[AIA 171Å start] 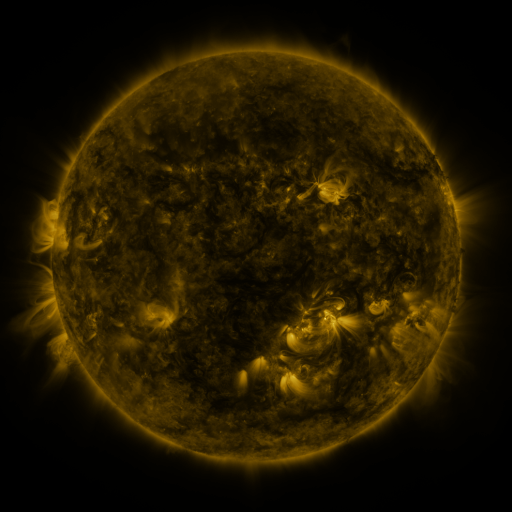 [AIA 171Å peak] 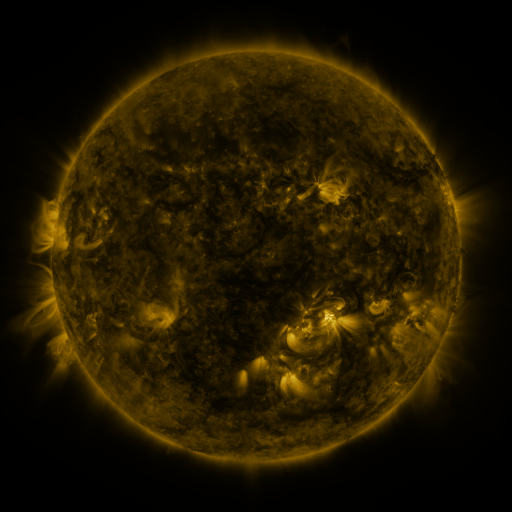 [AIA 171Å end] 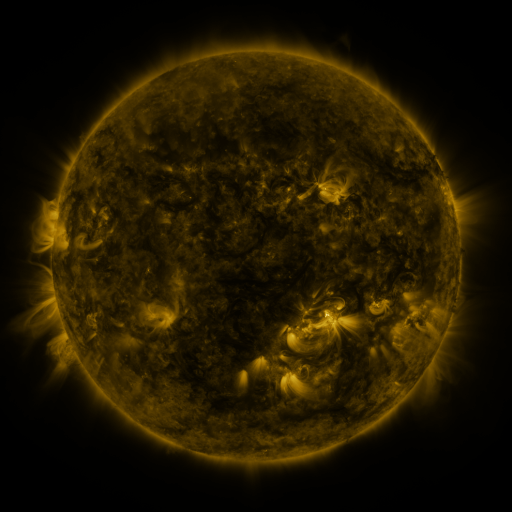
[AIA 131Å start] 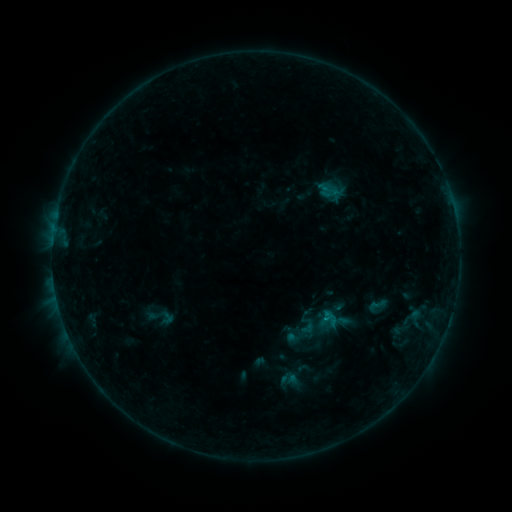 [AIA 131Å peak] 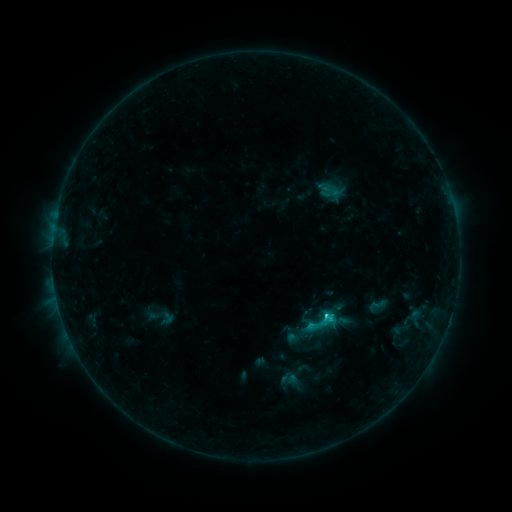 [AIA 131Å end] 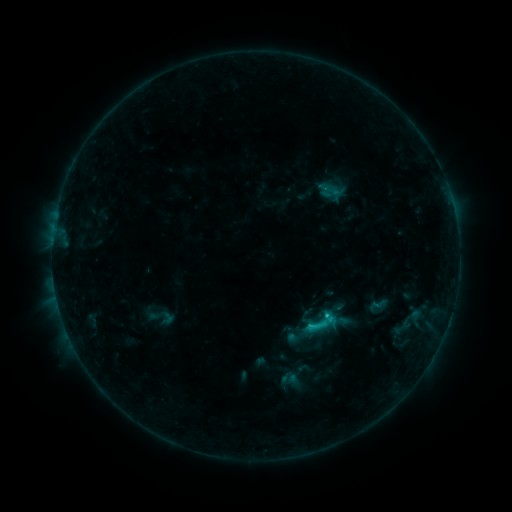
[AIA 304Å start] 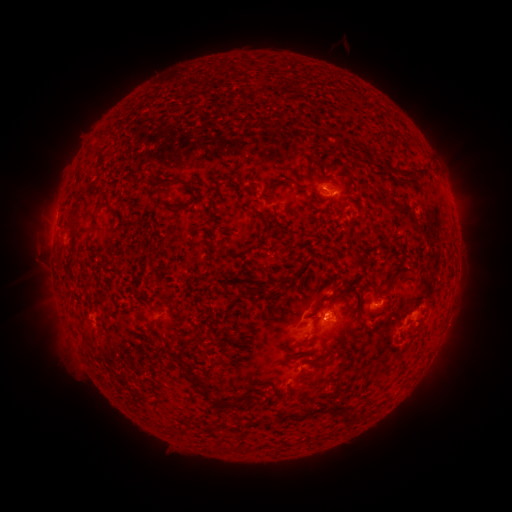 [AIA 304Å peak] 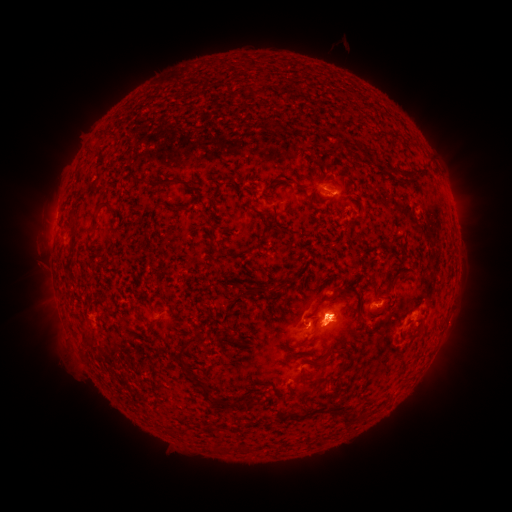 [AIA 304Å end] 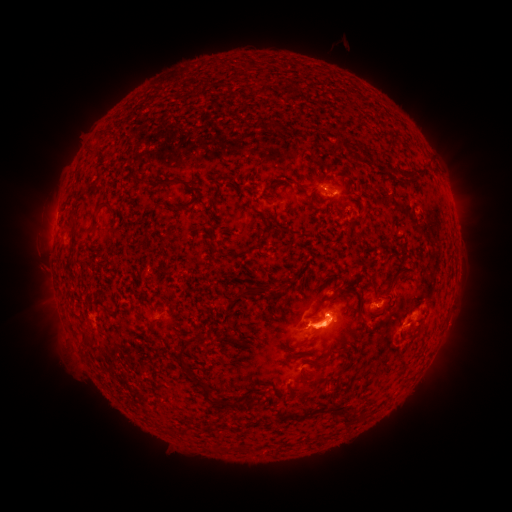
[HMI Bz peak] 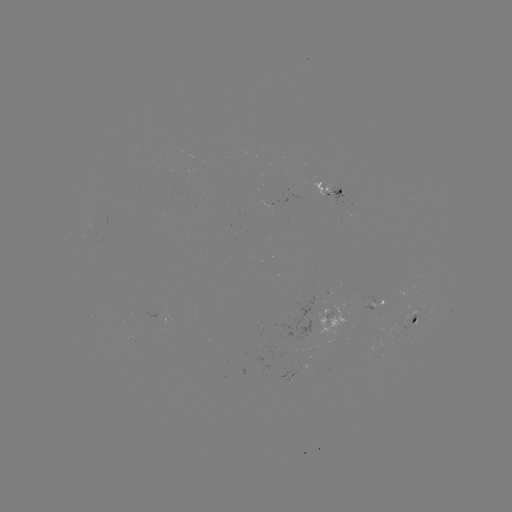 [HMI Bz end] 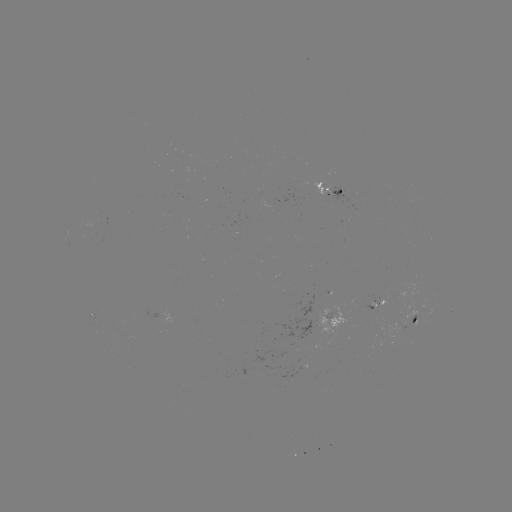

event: flare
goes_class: C1.5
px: (326, 314)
